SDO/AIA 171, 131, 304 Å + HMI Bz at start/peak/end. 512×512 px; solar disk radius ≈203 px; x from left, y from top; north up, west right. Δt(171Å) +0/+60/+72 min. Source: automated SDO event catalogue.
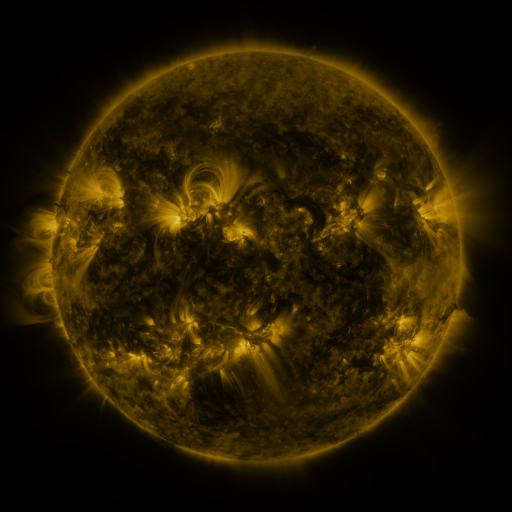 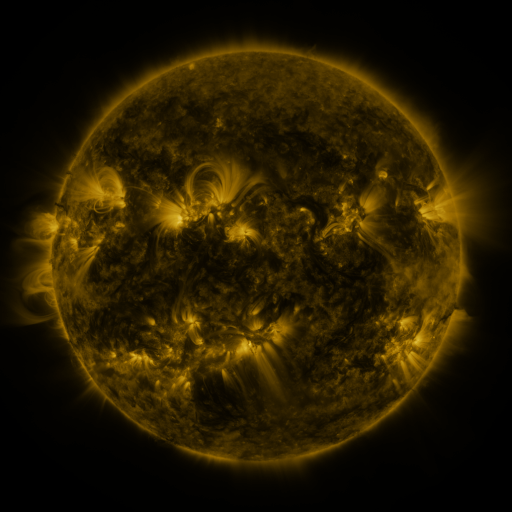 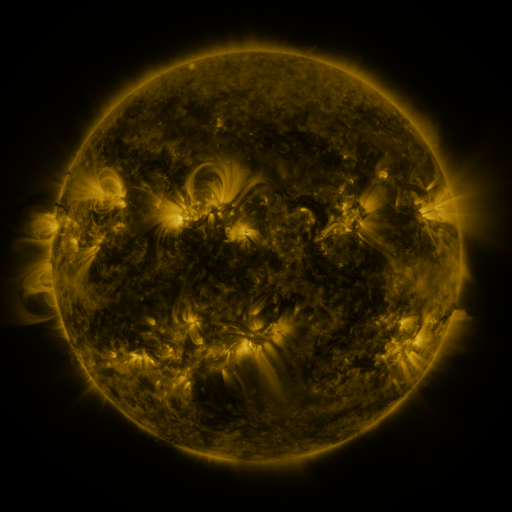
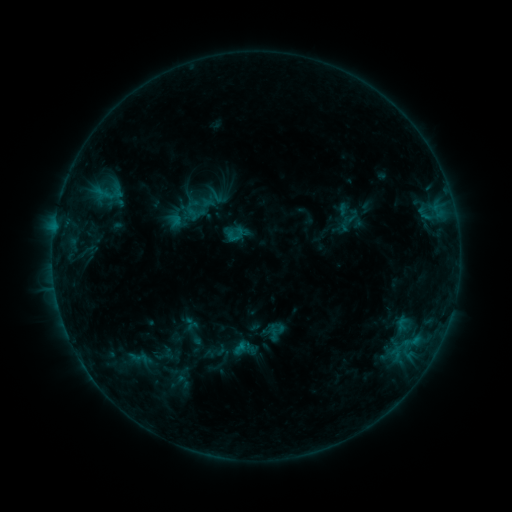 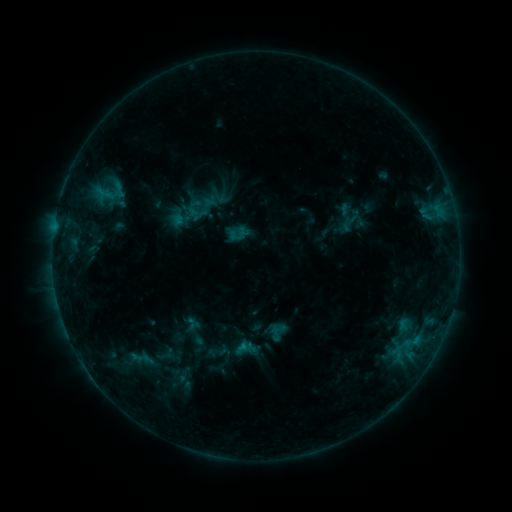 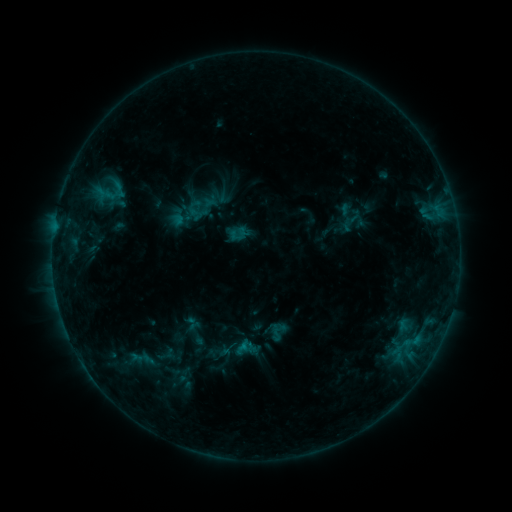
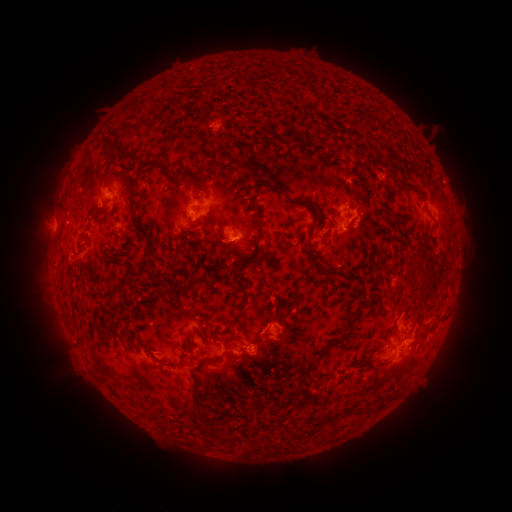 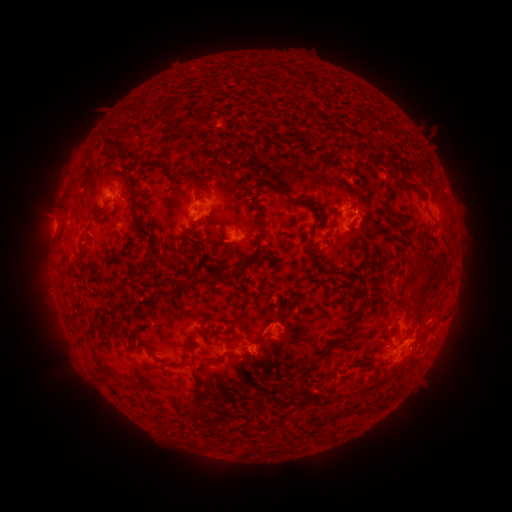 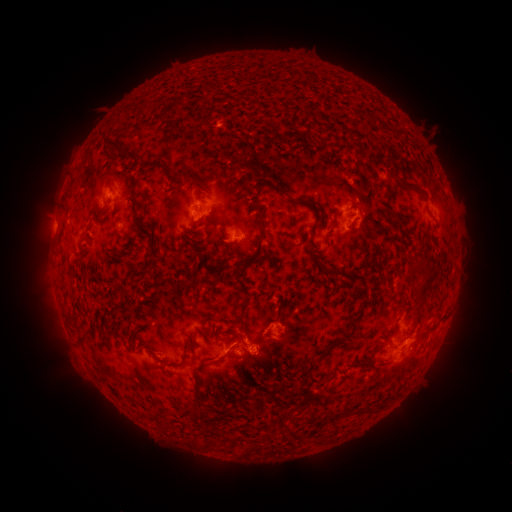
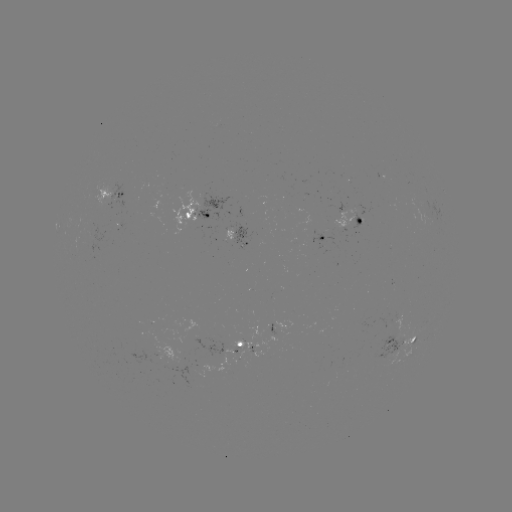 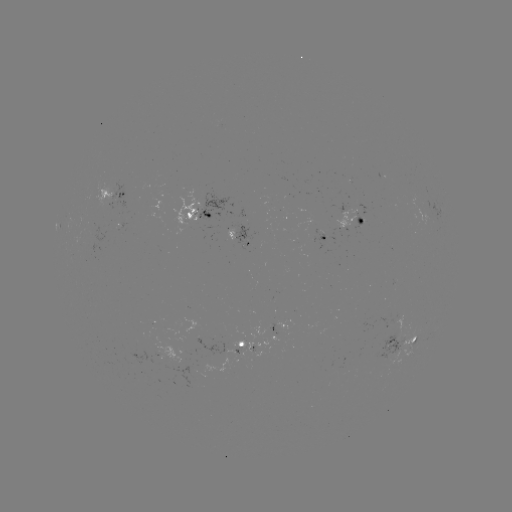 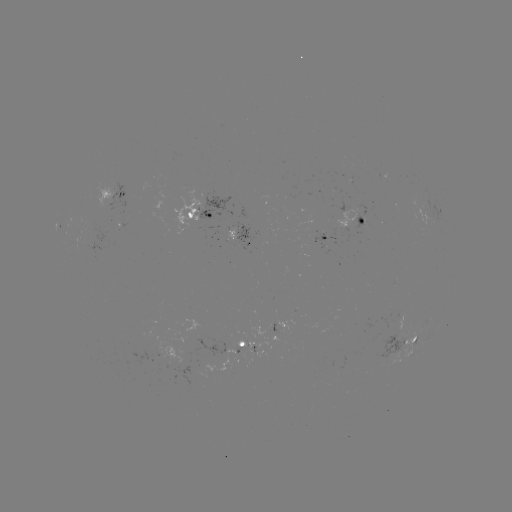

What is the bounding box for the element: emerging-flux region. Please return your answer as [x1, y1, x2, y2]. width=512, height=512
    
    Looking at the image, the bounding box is [139, 324, 154, 336].